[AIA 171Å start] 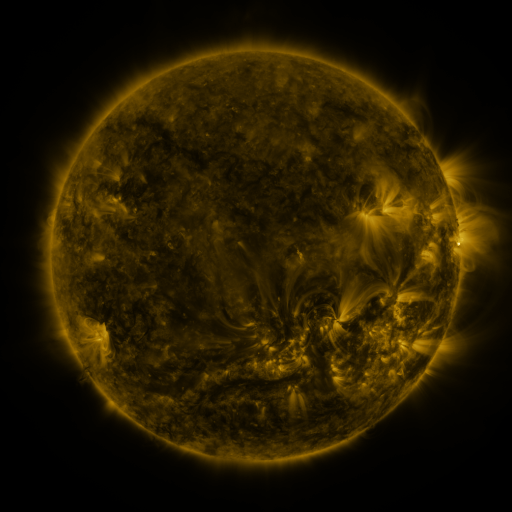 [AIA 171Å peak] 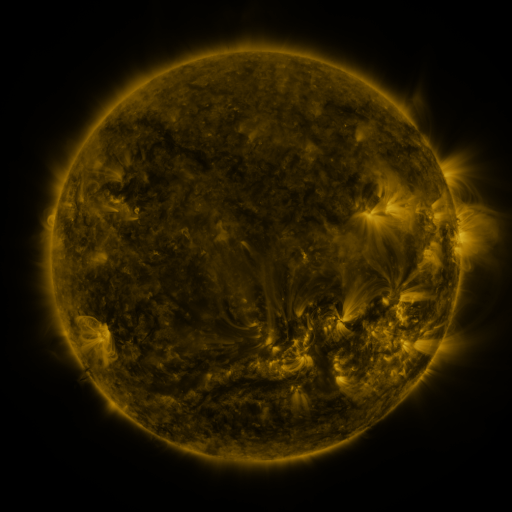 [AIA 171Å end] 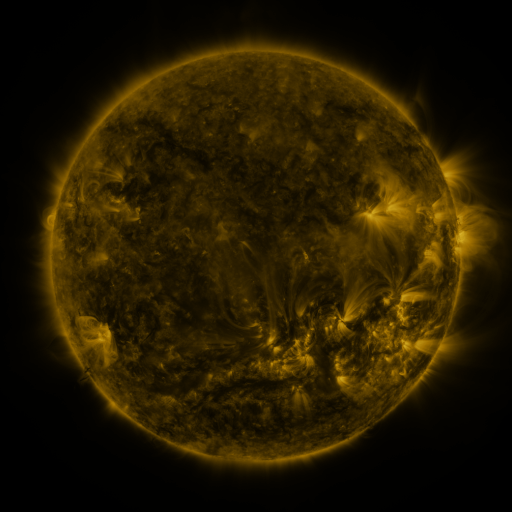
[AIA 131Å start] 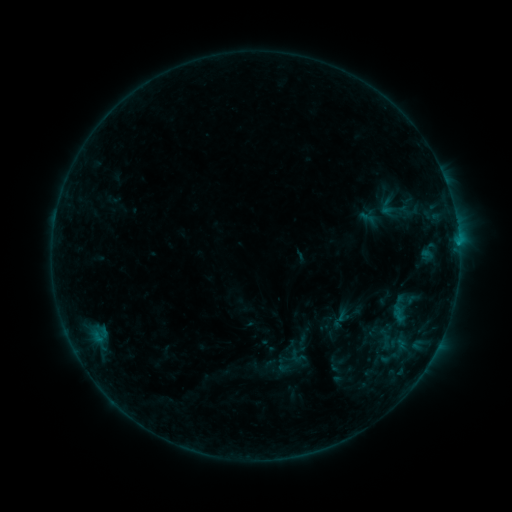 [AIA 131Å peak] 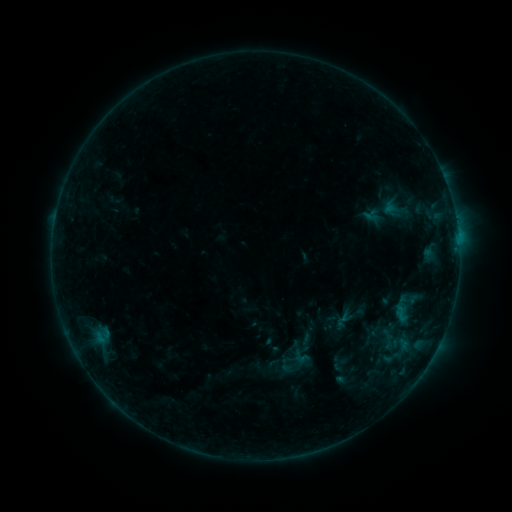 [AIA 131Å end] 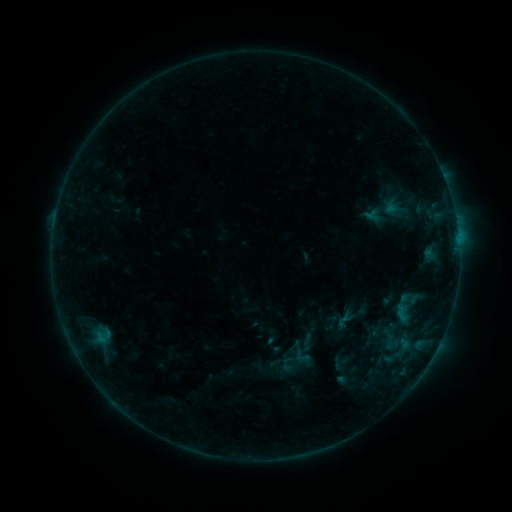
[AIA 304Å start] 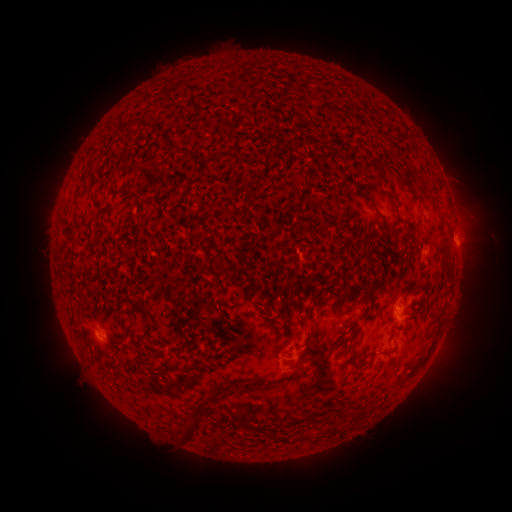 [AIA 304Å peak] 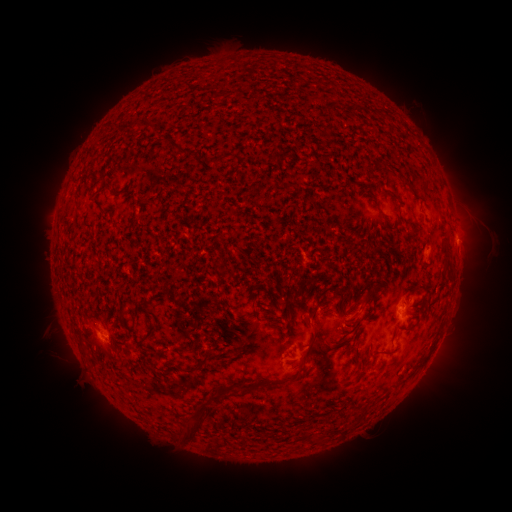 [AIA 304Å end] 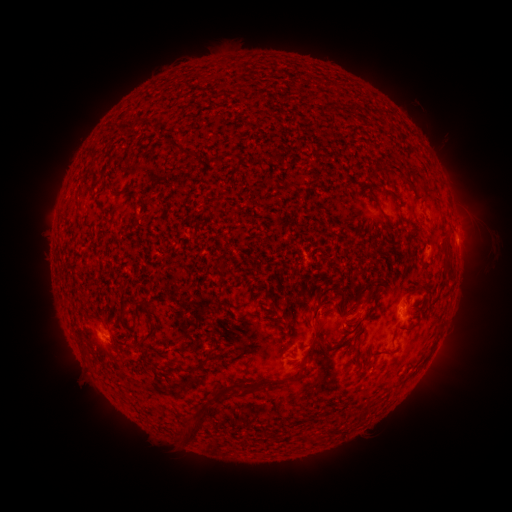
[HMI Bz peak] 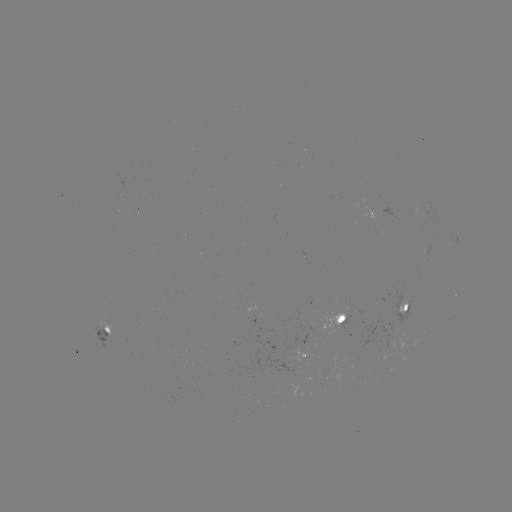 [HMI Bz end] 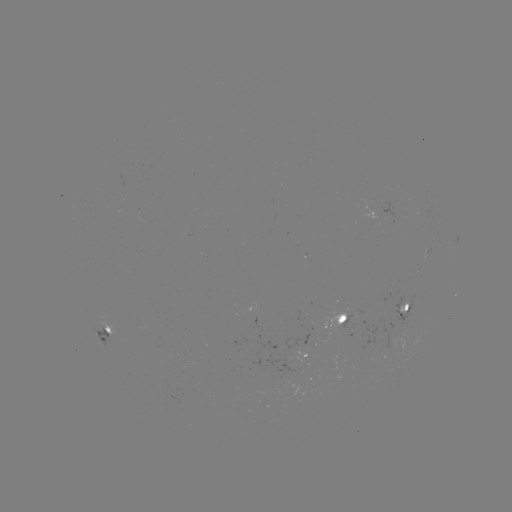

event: emerging-flux region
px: (104, 333)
